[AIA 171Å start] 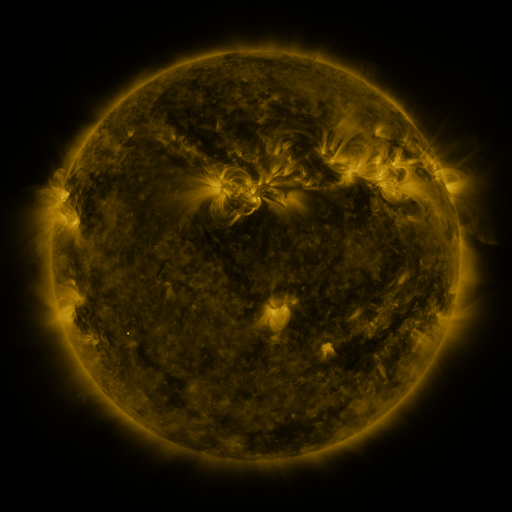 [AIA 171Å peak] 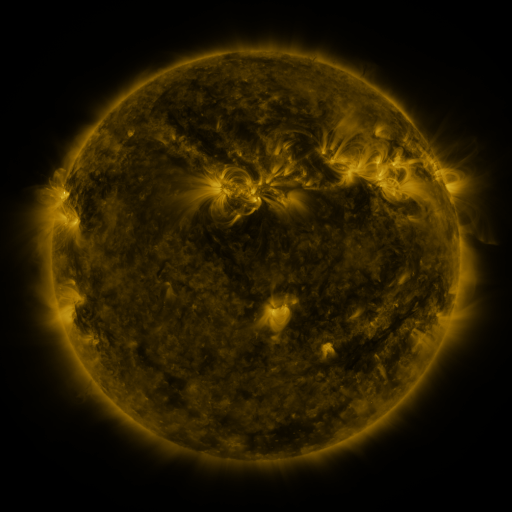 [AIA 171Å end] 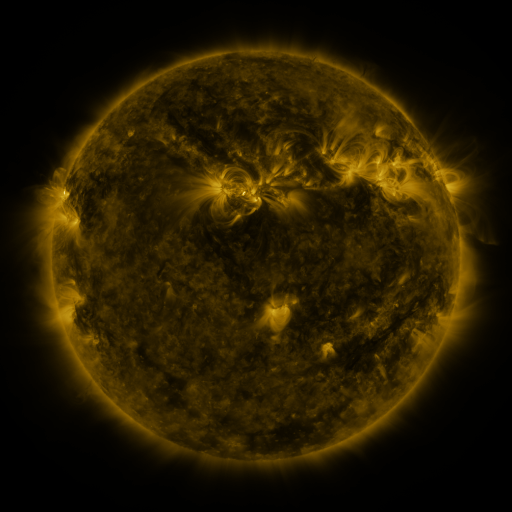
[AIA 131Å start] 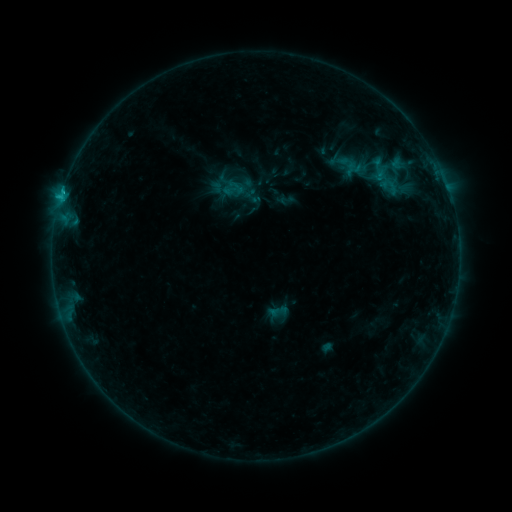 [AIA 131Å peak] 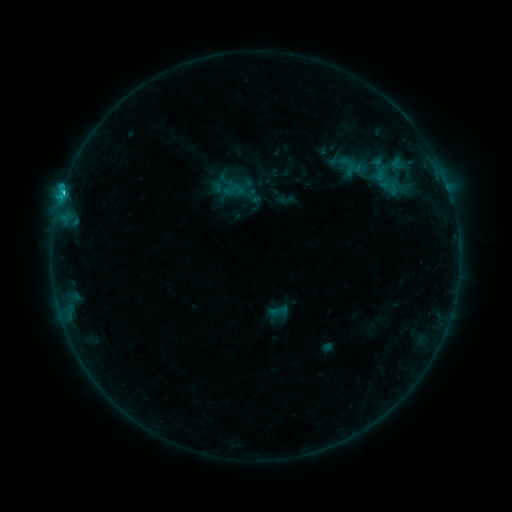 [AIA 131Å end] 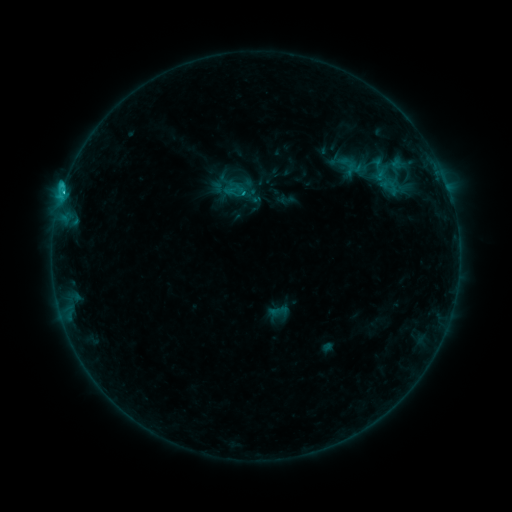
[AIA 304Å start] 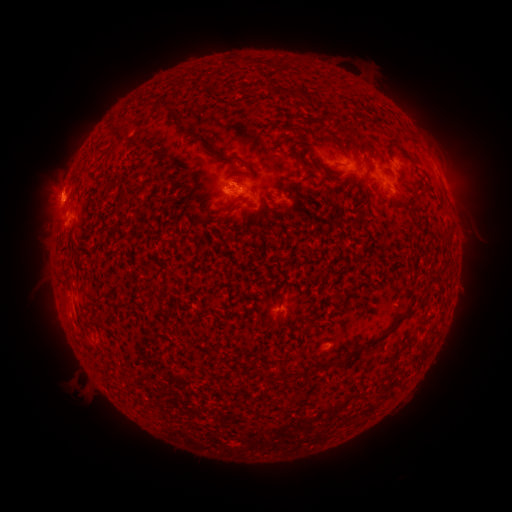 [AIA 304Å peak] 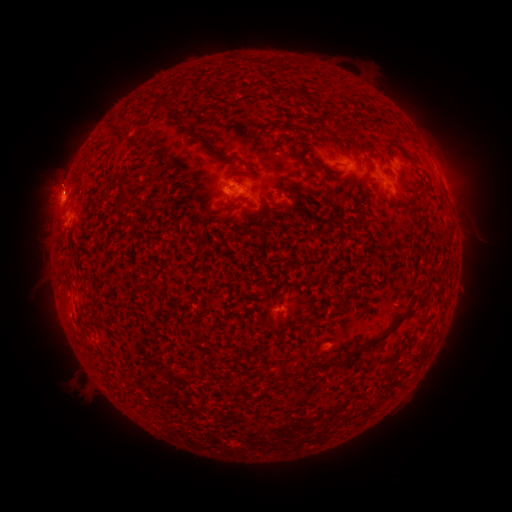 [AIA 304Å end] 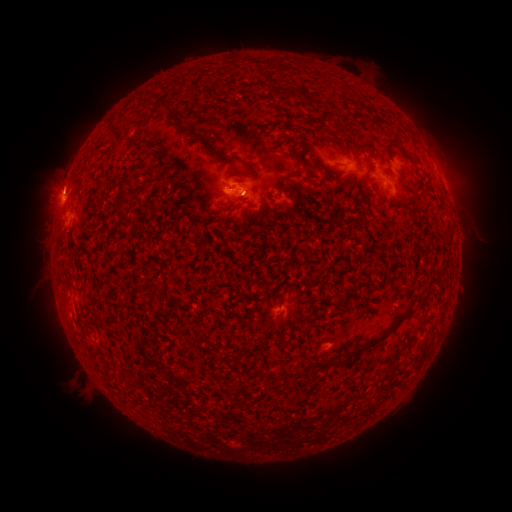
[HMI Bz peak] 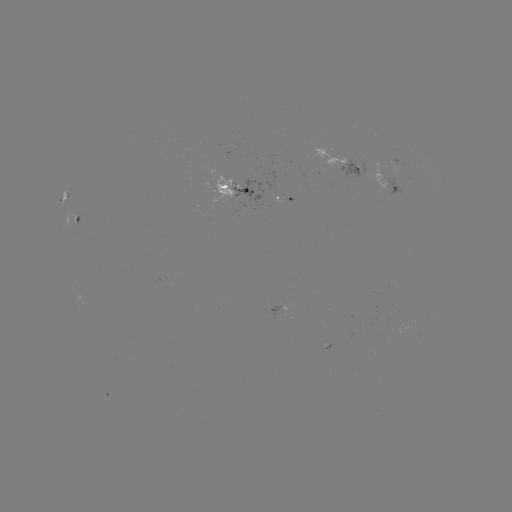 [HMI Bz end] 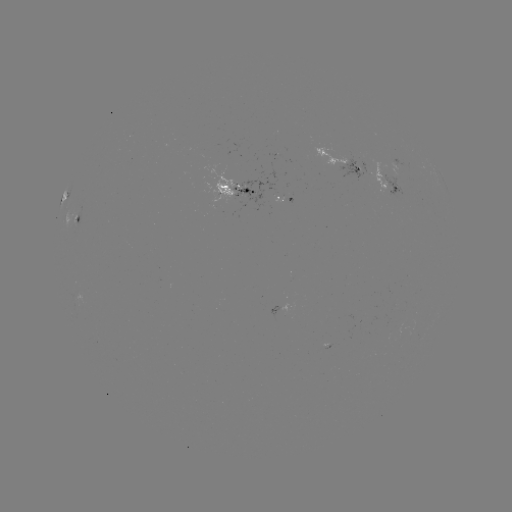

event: eruption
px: (58, 173)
